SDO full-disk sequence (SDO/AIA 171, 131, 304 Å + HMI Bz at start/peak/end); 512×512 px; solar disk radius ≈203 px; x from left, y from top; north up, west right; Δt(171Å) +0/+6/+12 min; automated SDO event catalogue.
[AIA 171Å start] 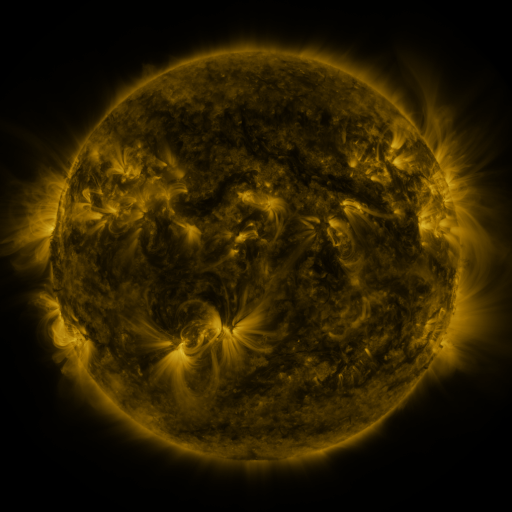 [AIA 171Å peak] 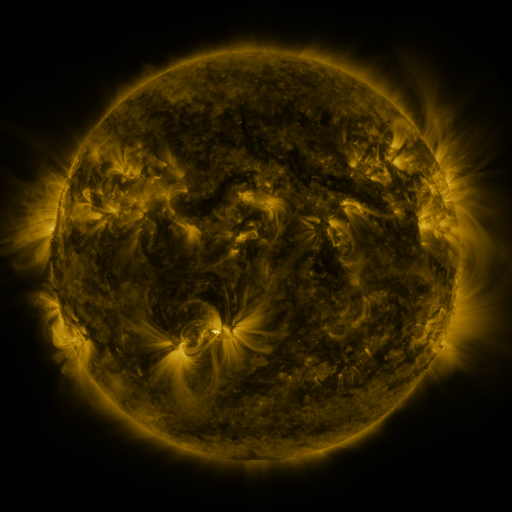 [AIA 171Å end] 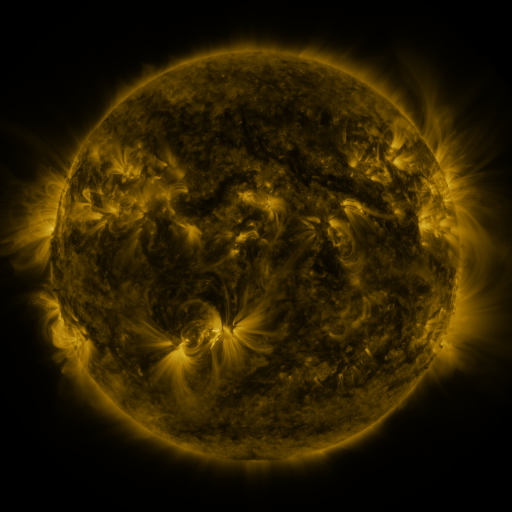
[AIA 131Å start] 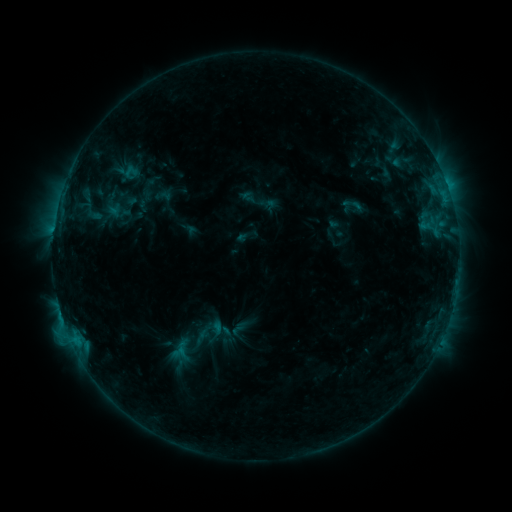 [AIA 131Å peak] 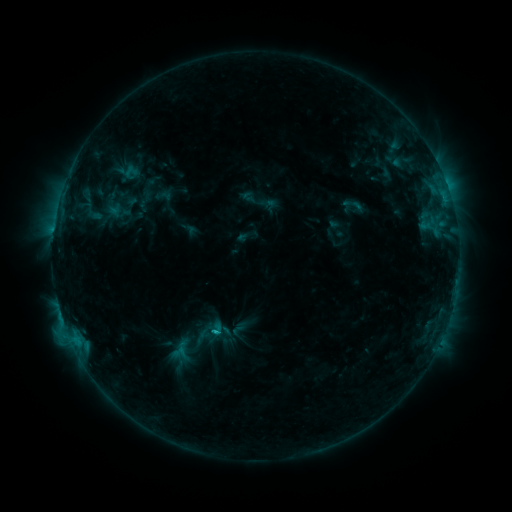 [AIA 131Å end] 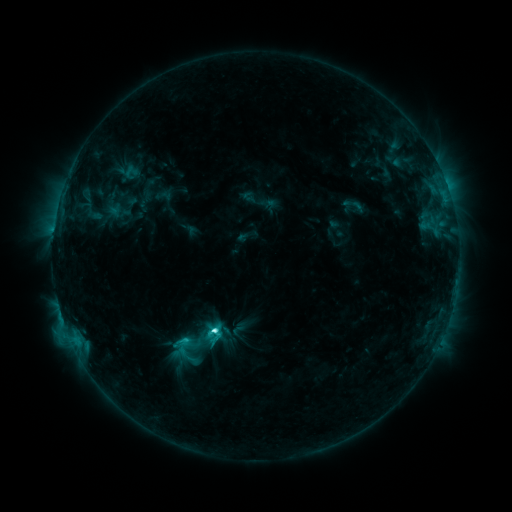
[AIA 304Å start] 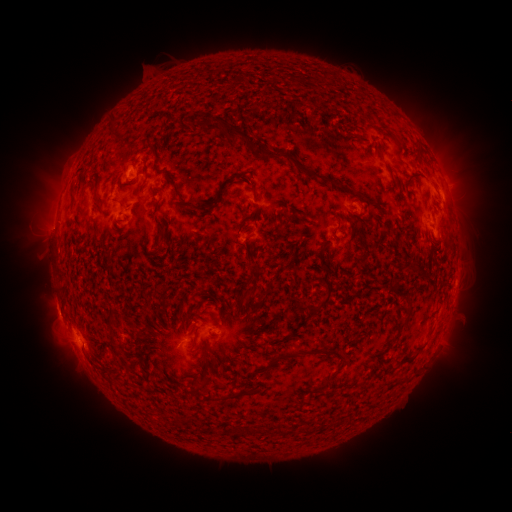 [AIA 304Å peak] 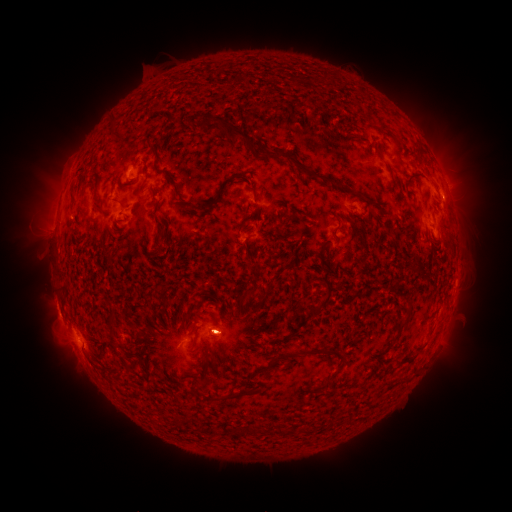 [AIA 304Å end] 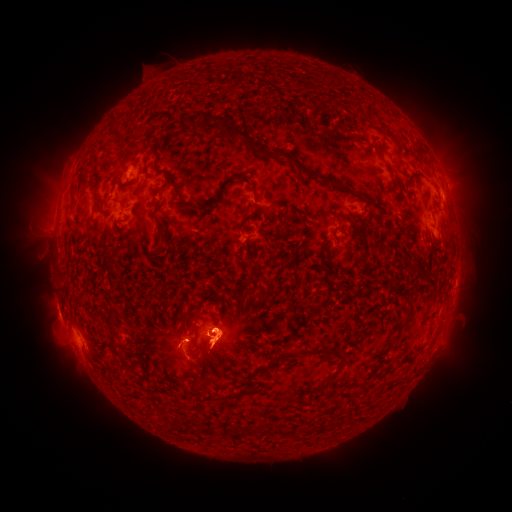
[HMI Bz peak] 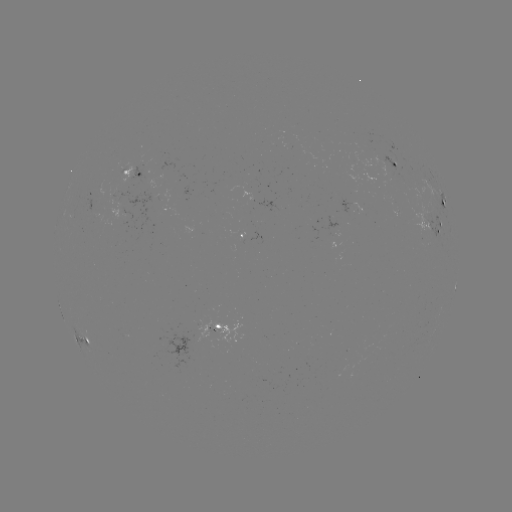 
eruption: [195, 383, 240, 410]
